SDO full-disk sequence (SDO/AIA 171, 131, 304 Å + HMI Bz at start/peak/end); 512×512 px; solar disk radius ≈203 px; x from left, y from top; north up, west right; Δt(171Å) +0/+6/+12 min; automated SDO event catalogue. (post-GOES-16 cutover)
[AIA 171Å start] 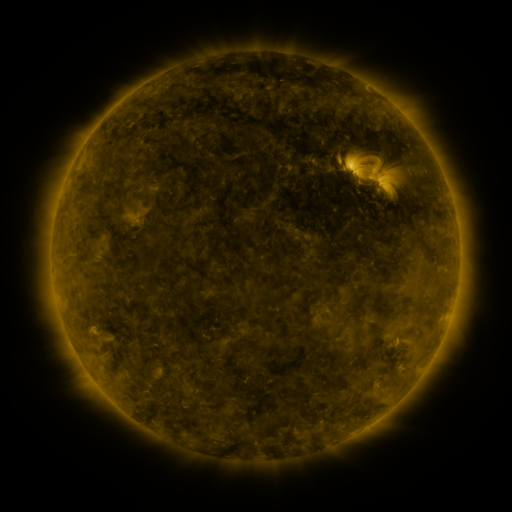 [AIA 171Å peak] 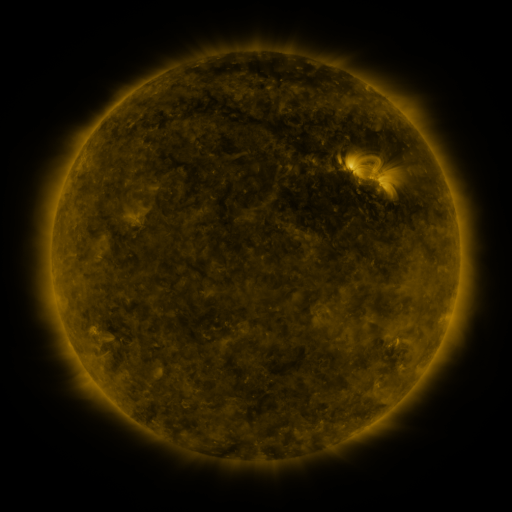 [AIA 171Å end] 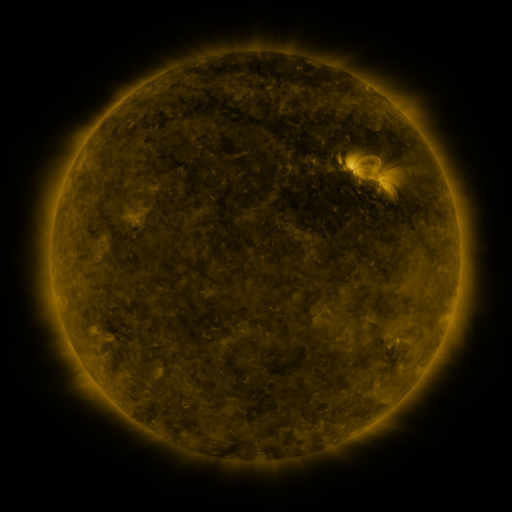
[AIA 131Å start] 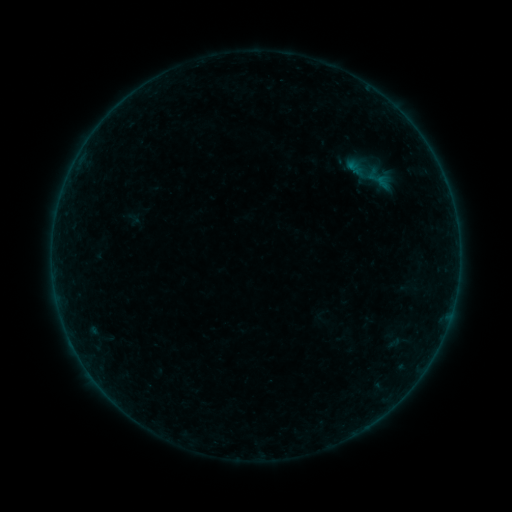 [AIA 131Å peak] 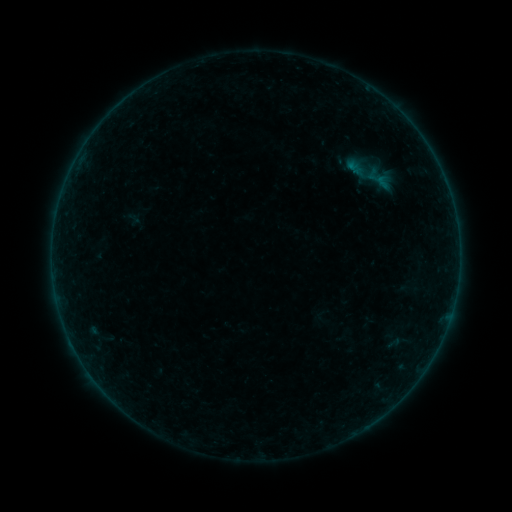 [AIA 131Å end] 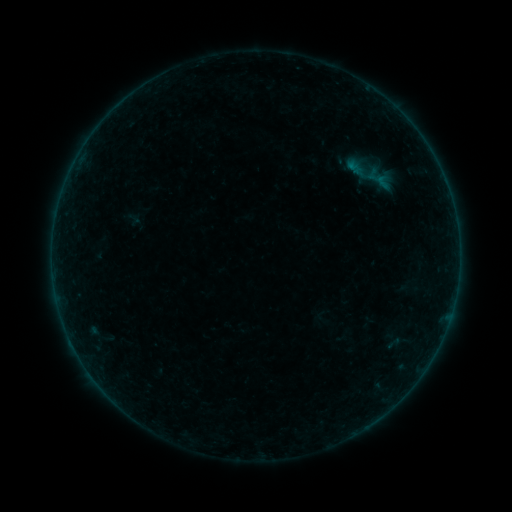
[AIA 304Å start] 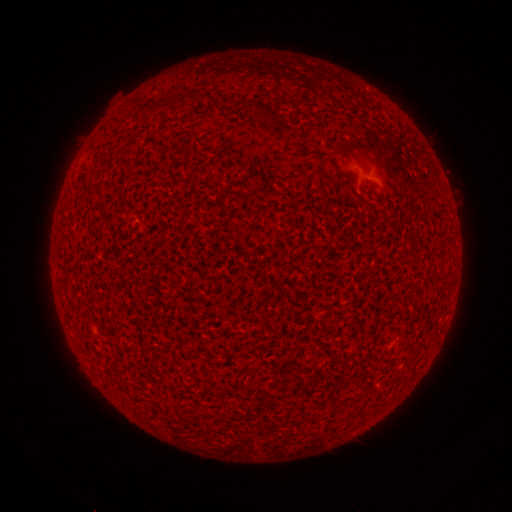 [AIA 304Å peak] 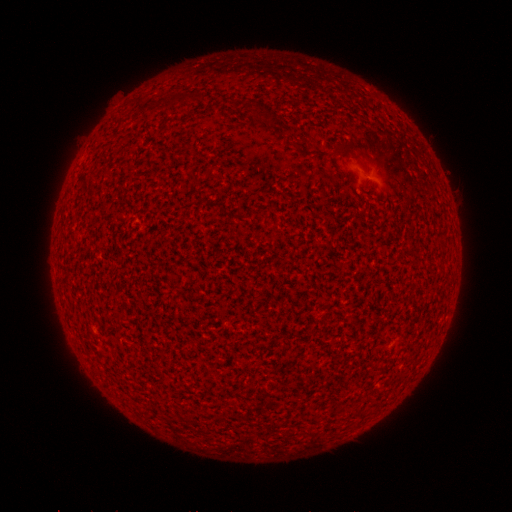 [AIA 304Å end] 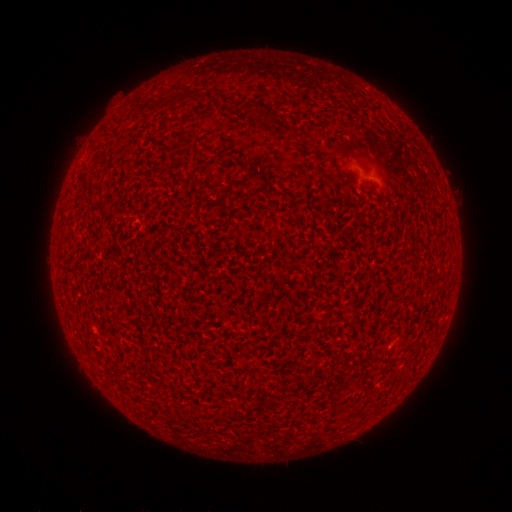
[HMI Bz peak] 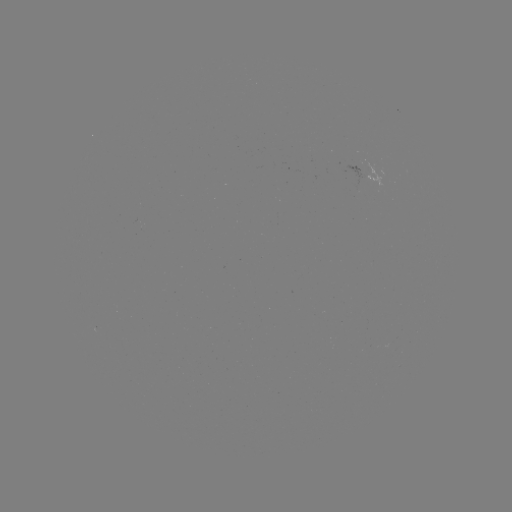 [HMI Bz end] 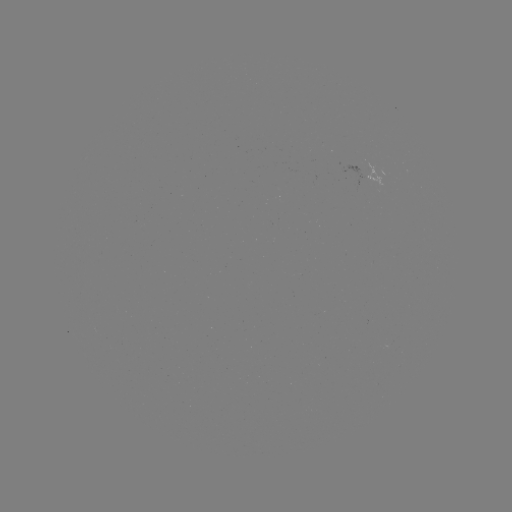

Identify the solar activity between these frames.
A5.2 flare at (348, 168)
